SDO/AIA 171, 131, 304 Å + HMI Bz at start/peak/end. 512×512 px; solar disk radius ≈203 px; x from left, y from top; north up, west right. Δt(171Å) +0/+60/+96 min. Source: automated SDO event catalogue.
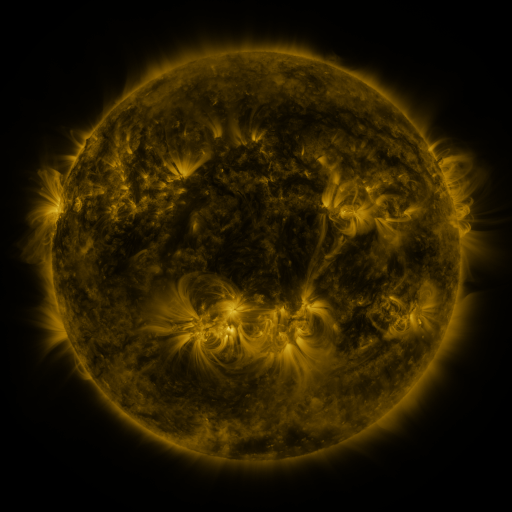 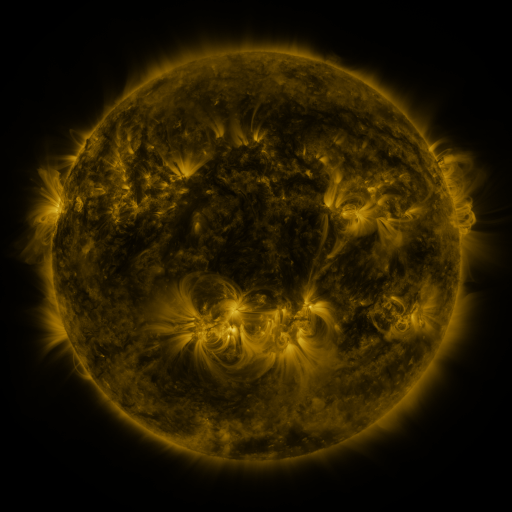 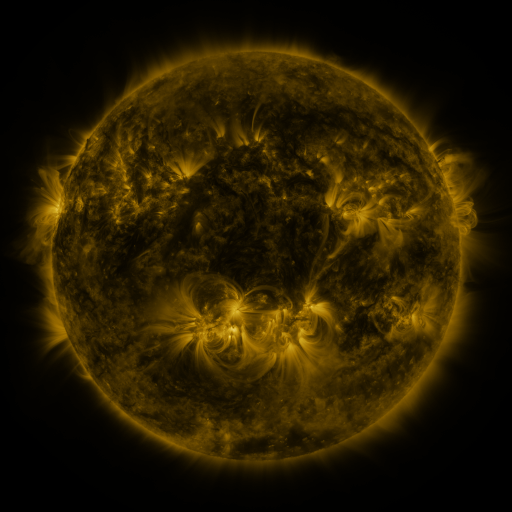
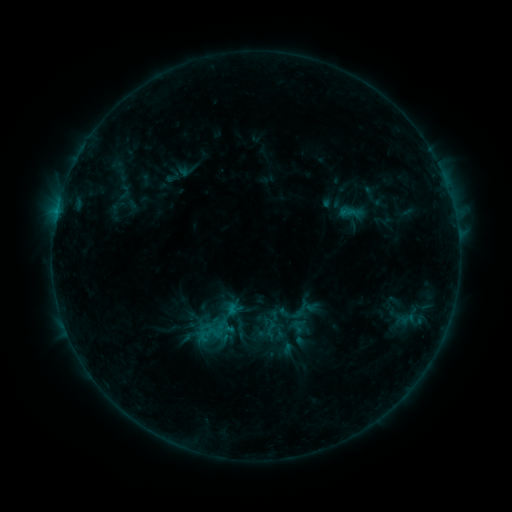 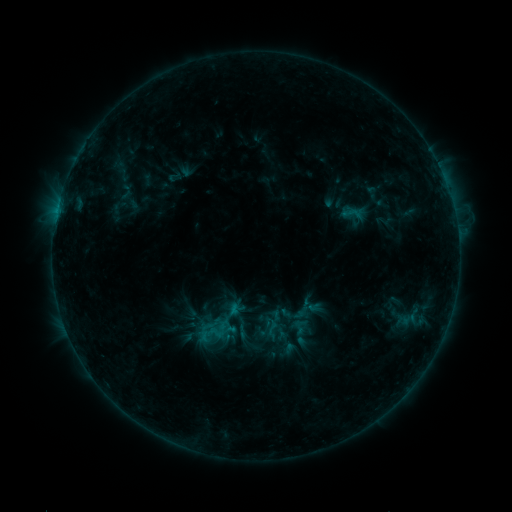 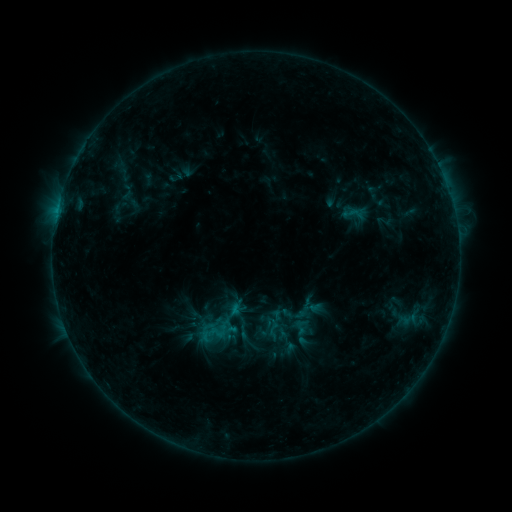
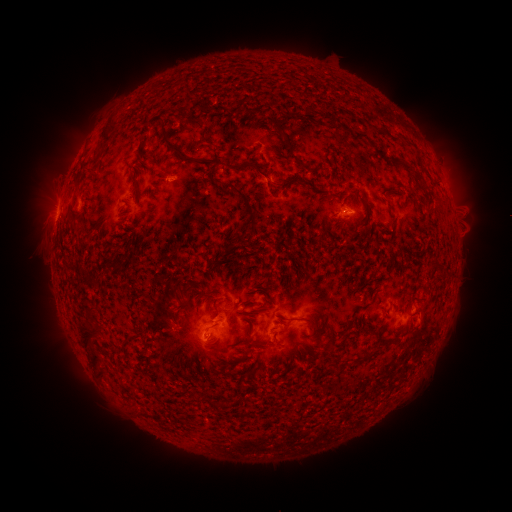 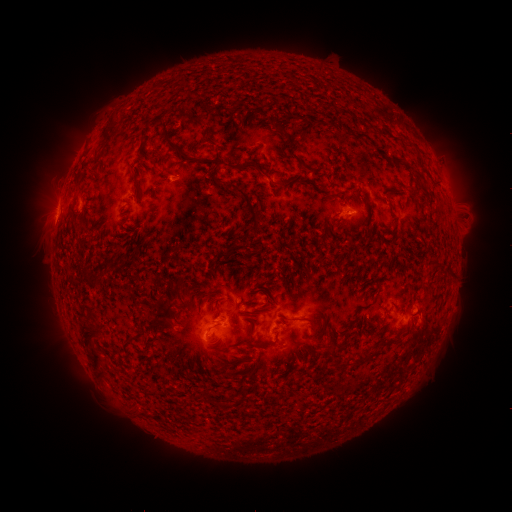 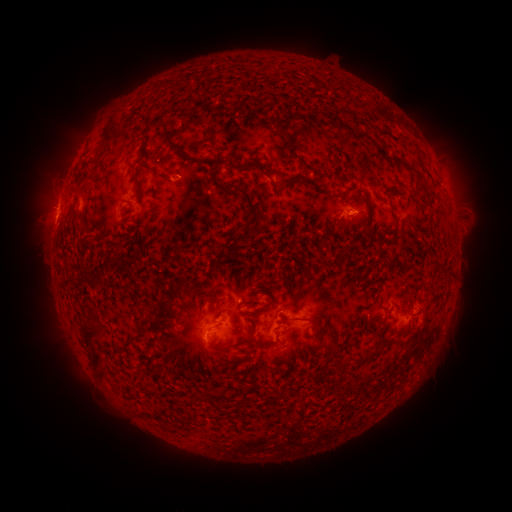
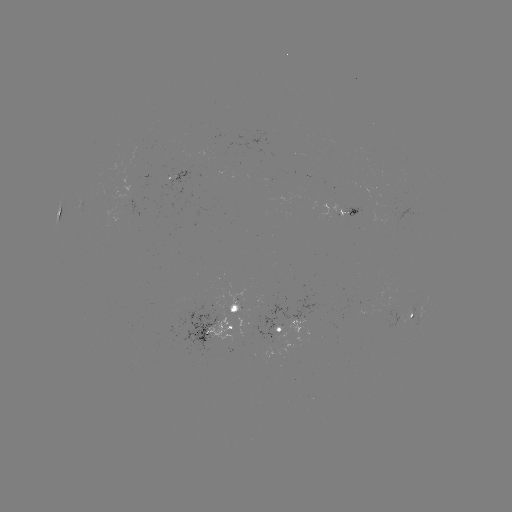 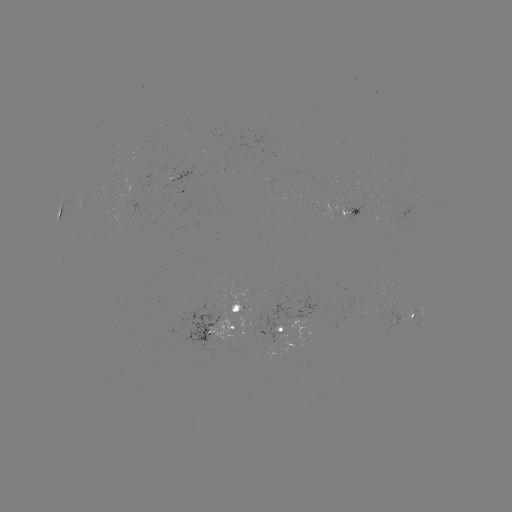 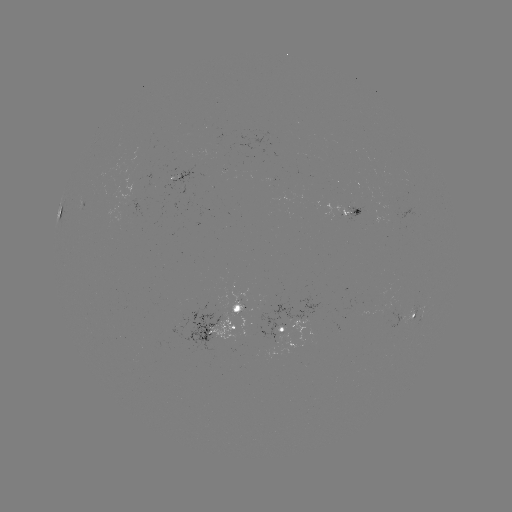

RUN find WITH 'emerging-flux region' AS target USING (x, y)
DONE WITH (239, 308) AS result